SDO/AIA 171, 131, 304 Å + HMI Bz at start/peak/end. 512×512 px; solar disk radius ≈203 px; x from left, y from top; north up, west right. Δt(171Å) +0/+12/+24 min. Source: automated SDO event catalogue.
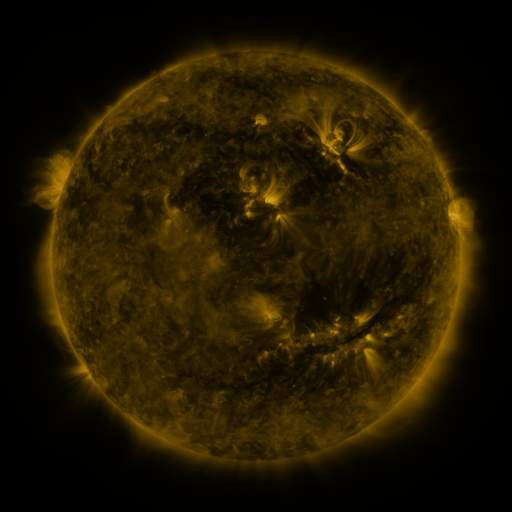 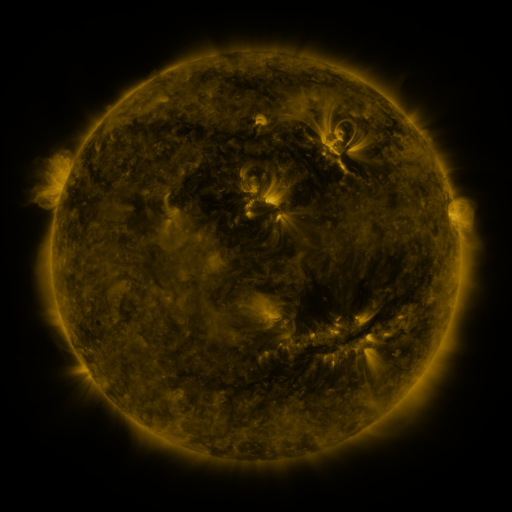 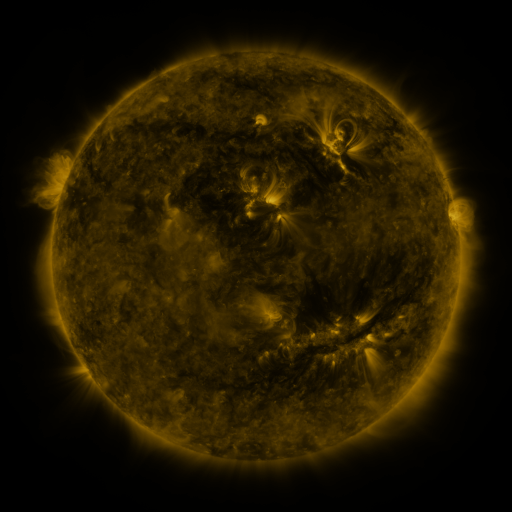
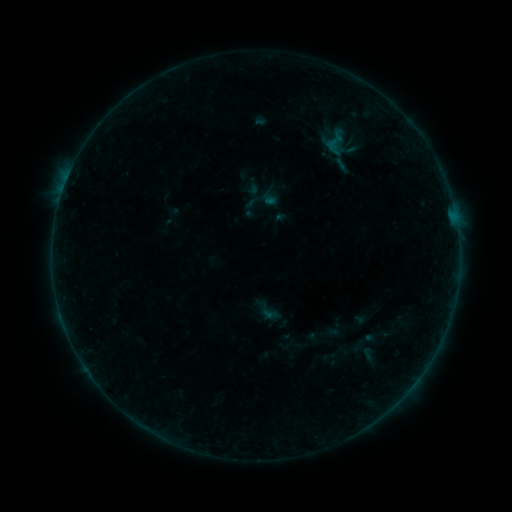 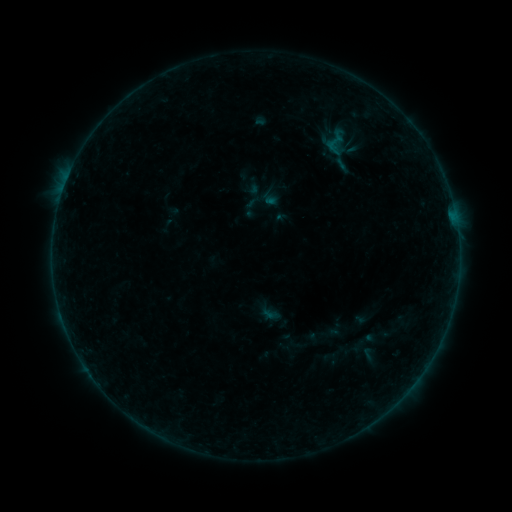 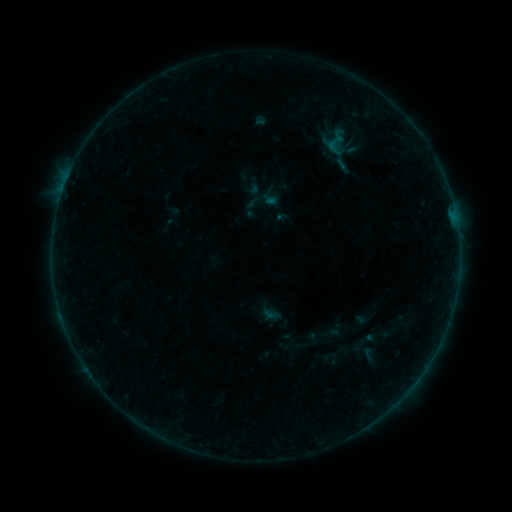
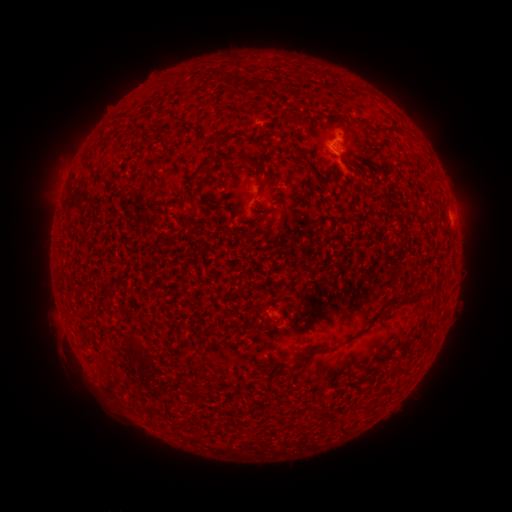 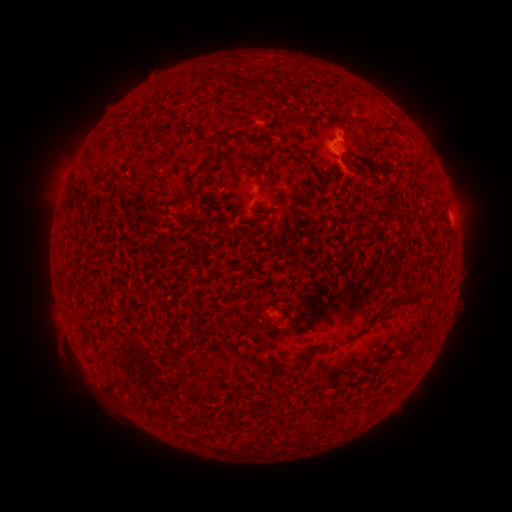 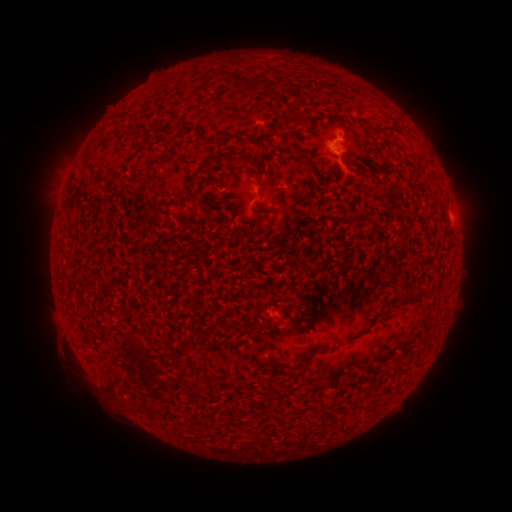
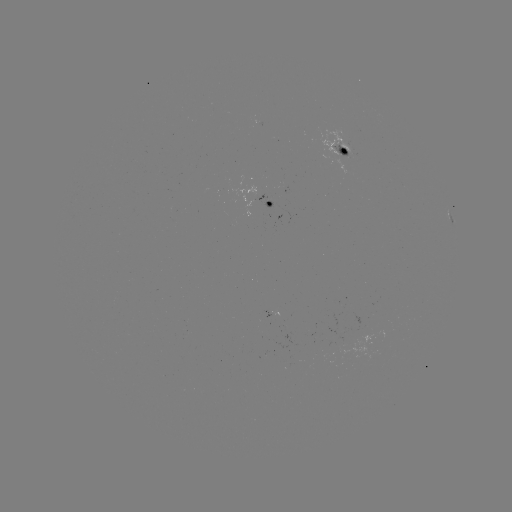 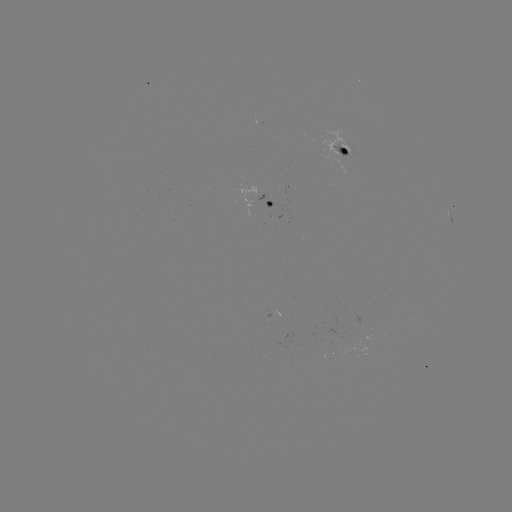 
no classed flare was catalogued and no EUV brightening was flagged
